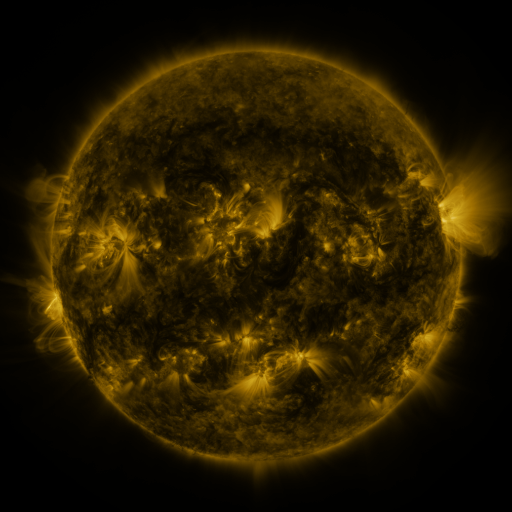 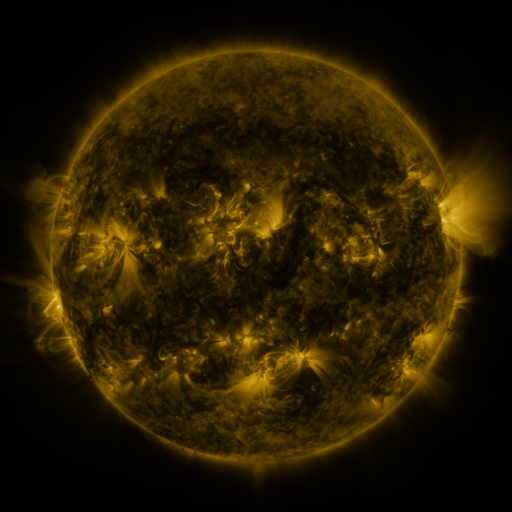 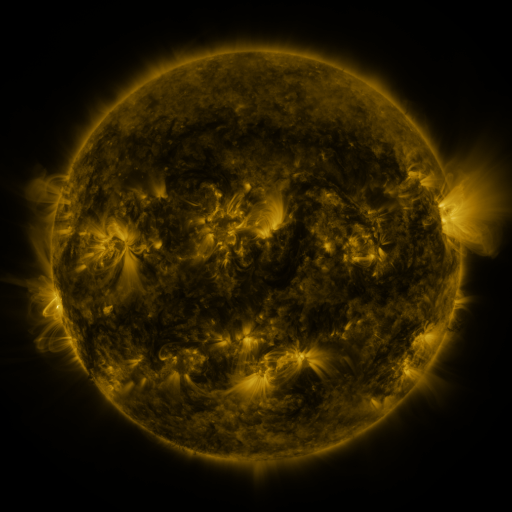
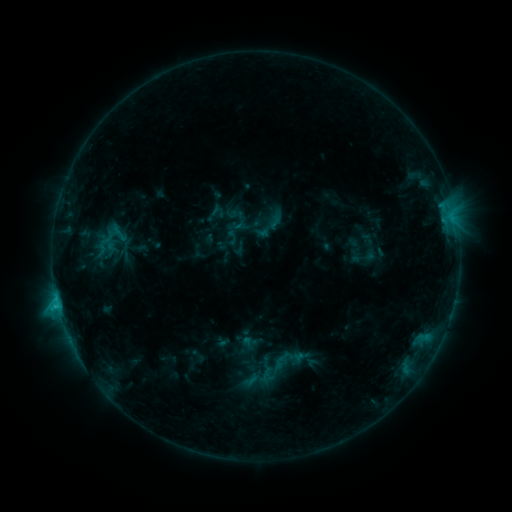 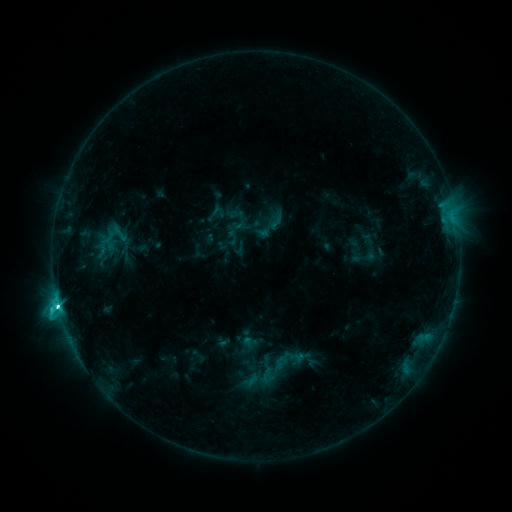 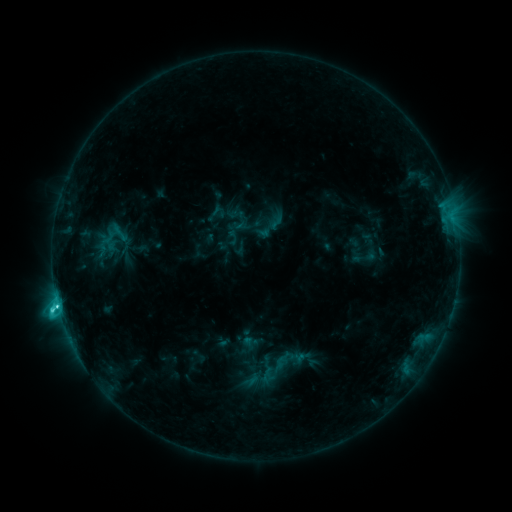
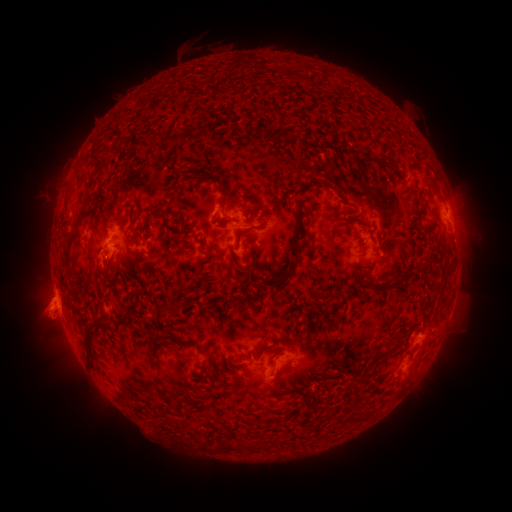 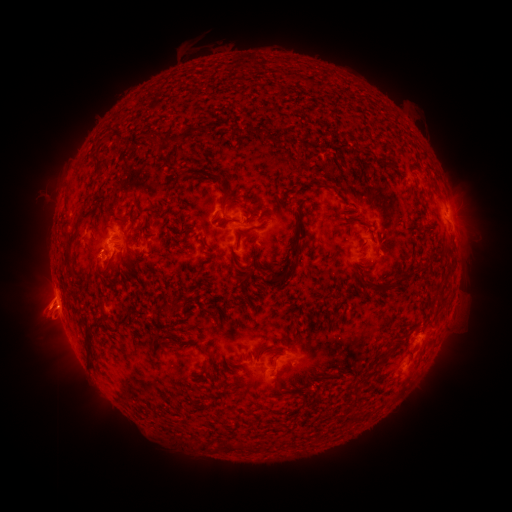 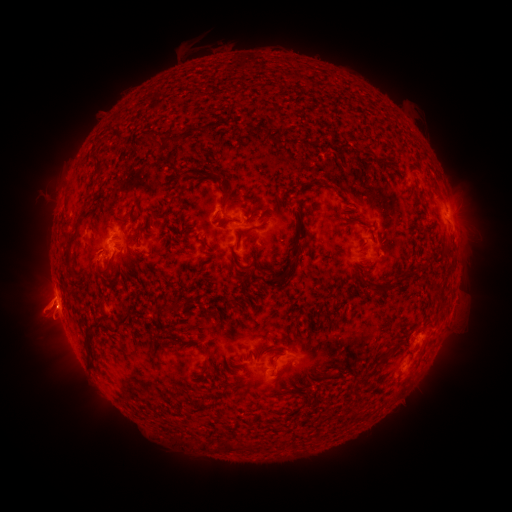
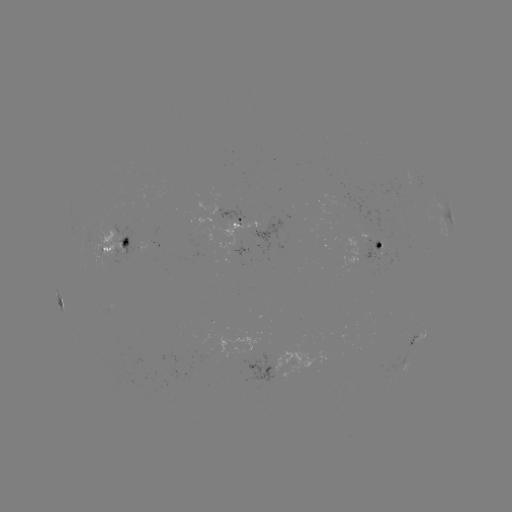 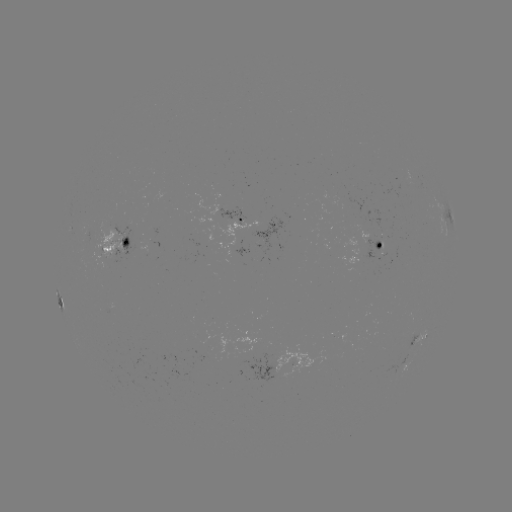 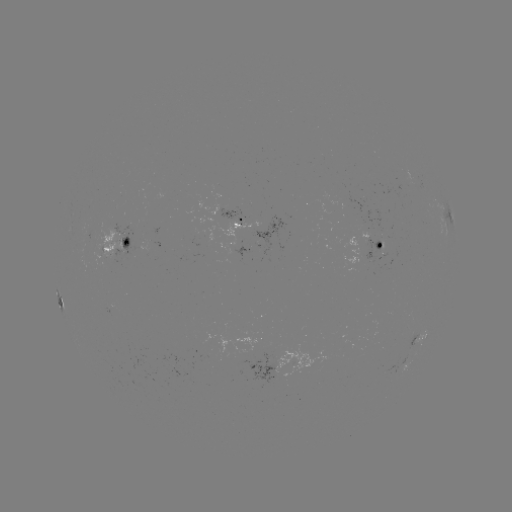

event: flare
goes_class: C5.6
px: (59, 305)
